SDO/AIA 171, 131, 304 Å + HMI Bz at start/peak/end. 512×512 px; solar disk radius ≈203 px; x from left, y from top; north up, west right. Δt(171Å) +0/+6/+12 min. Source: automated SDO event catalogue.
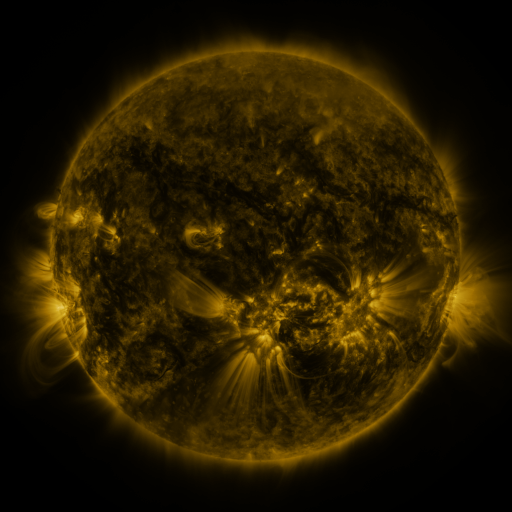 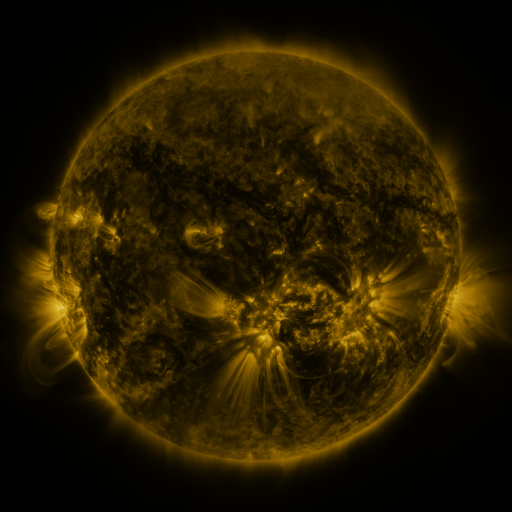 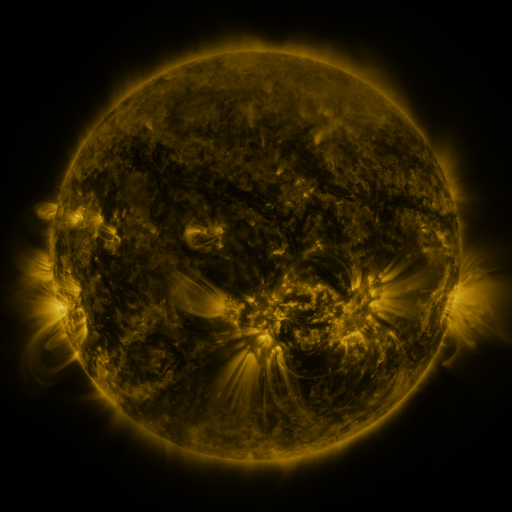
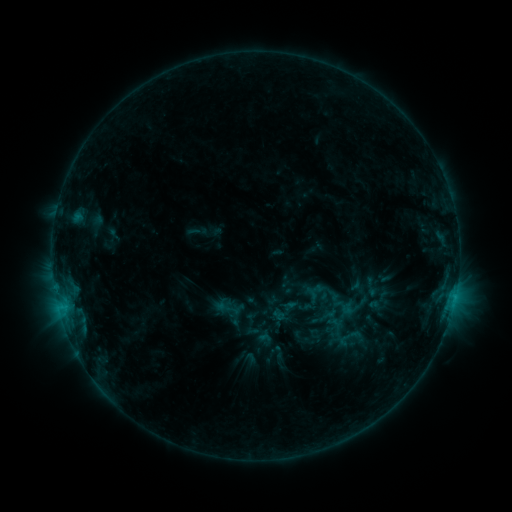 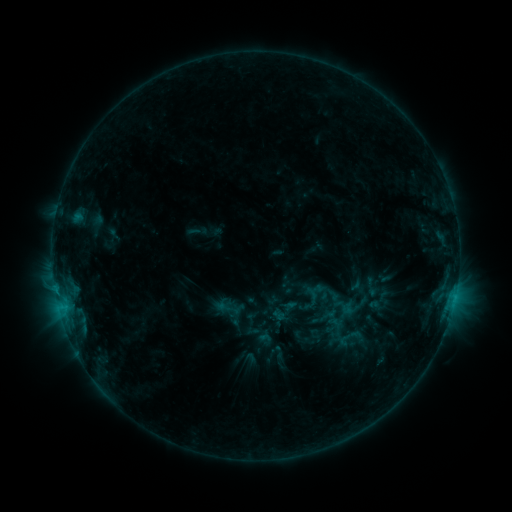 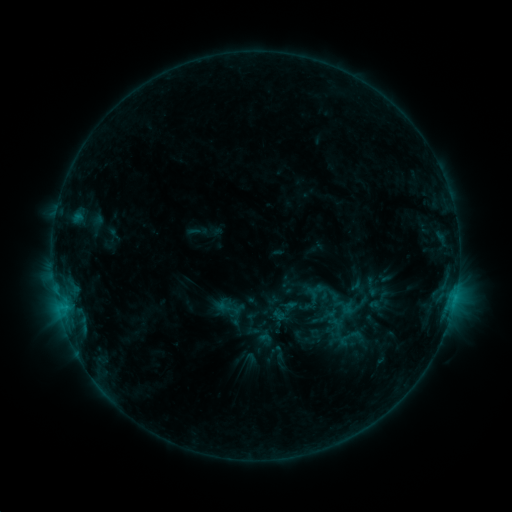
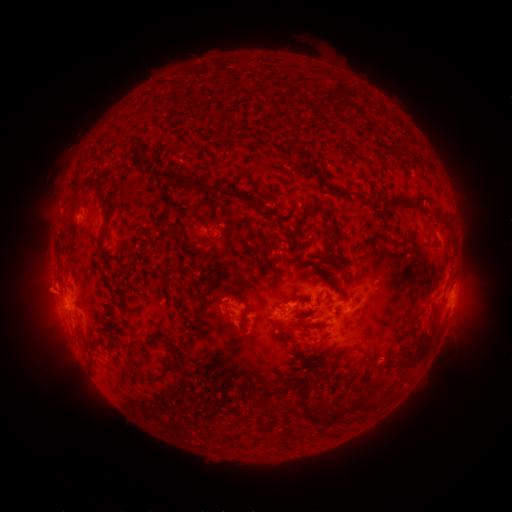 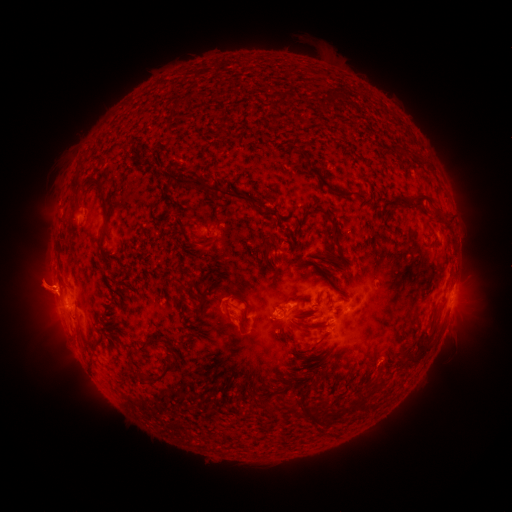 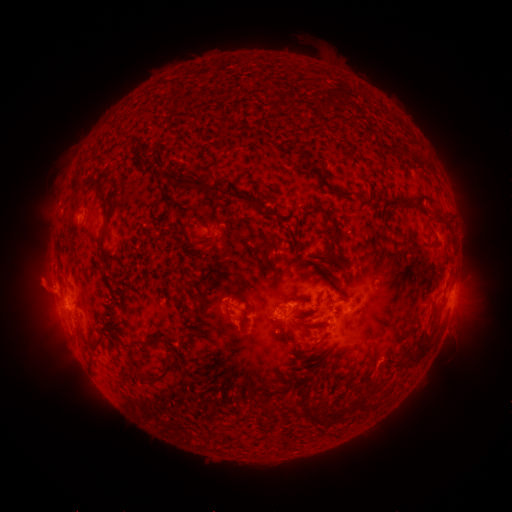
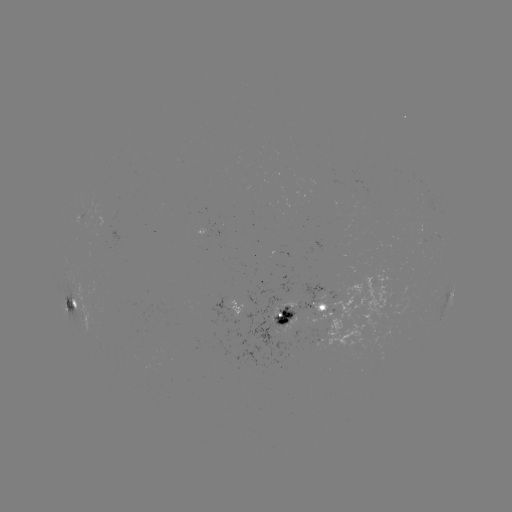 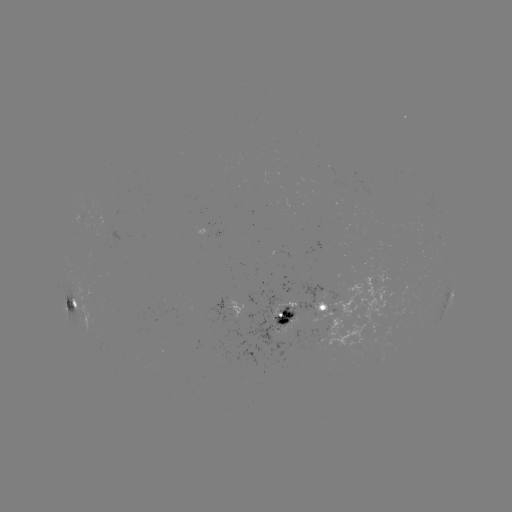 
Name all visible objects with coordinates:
eruption: (42, 285)
